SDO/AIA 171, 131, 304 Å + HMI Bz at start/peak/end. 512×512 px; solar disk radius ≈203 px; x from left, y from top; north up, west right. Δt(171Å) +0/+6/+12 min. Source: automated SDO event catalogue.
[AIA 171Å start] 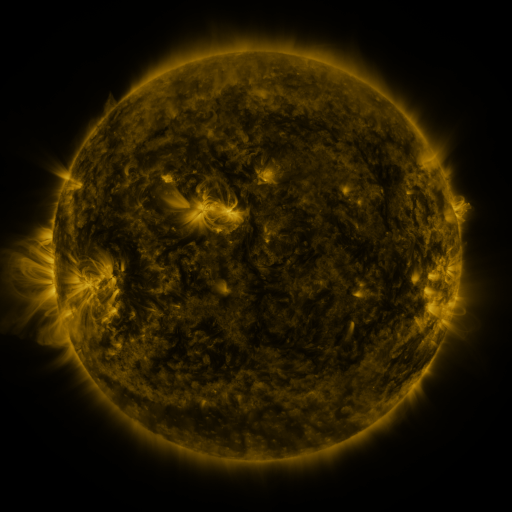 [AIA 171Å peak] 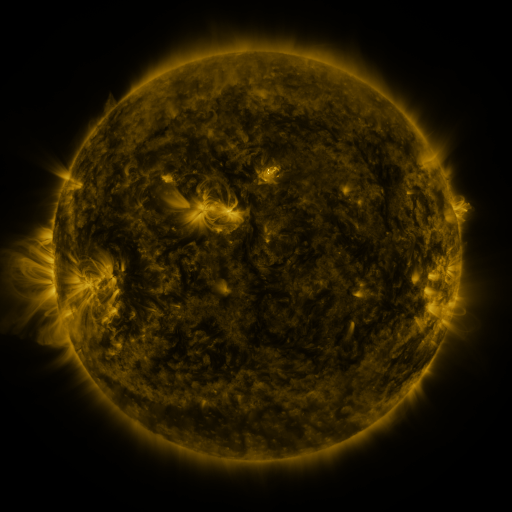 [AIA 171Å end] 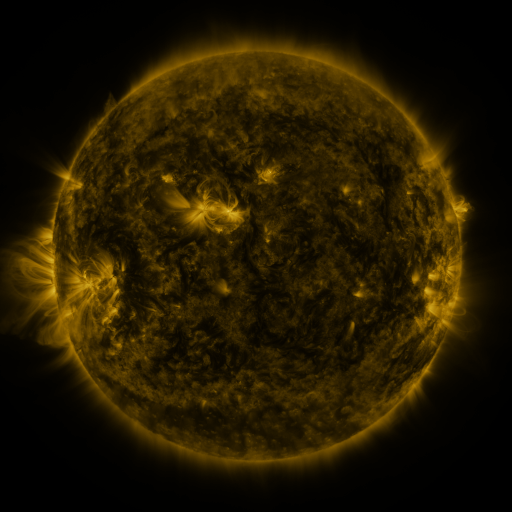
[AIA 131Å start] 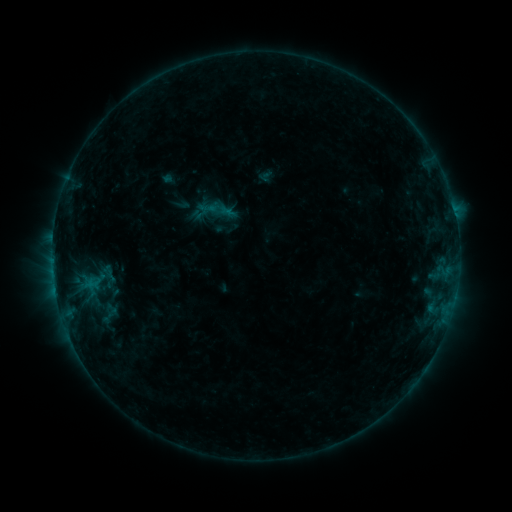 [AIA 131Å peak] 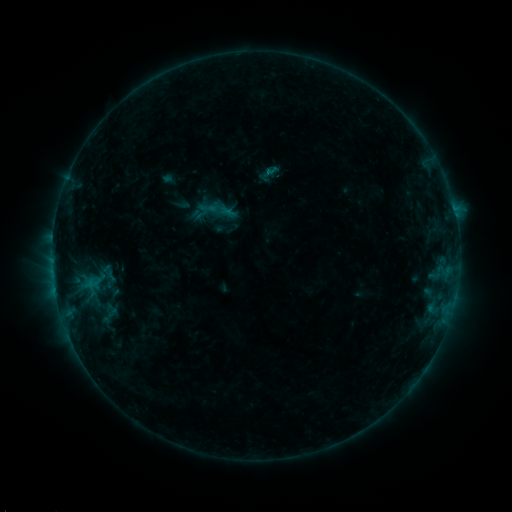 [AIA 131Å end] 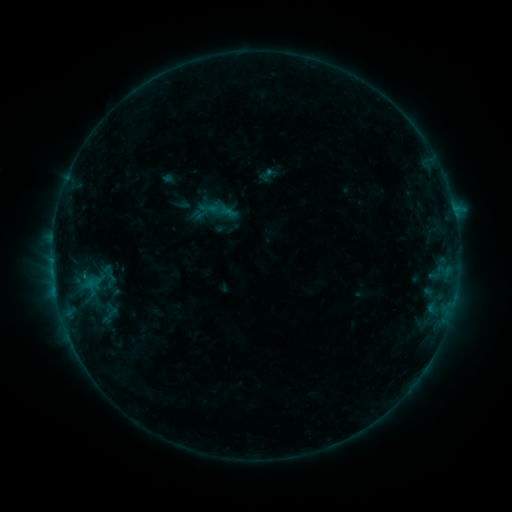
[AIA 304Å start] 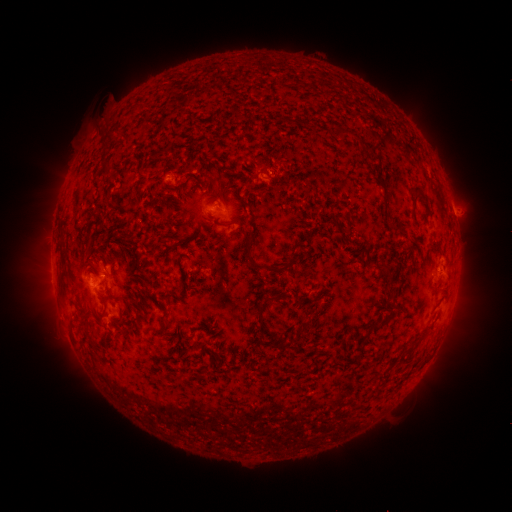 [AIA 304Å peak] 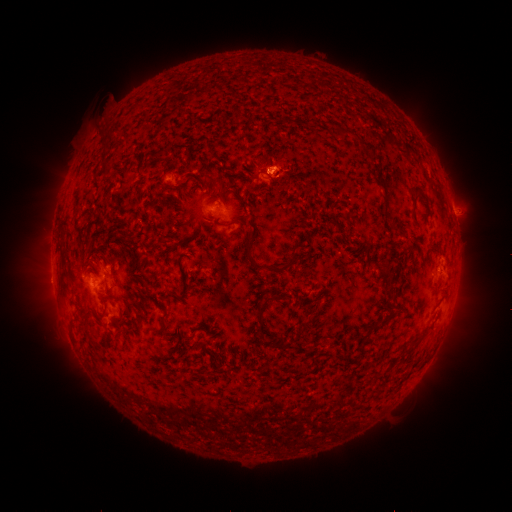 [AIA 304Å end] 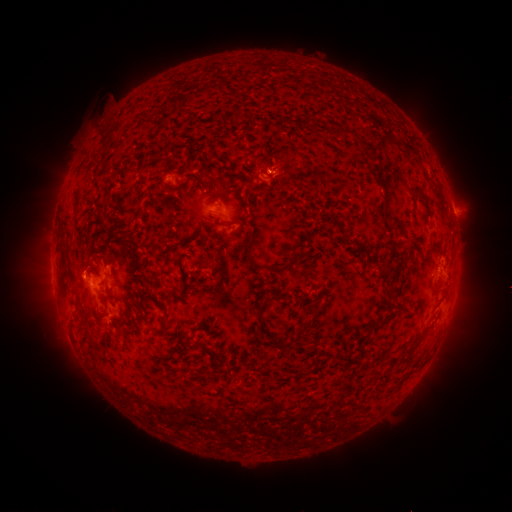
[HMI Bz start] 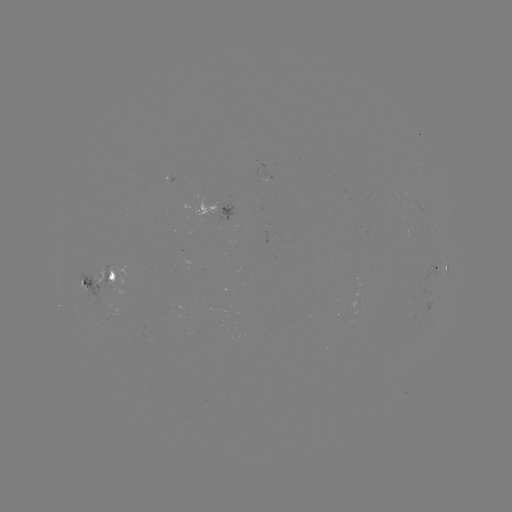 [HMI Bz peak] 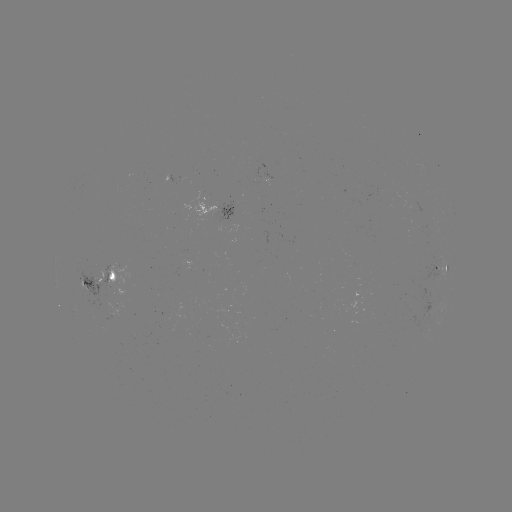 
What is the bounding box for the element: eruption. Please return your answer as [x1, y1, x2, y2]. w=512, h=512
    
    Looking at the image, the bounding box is [256, 133, 306, 224].